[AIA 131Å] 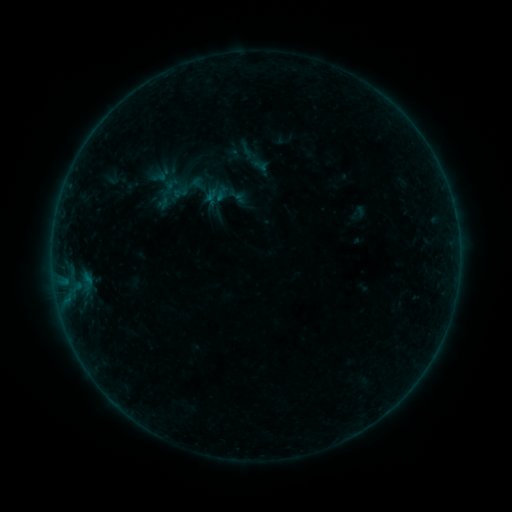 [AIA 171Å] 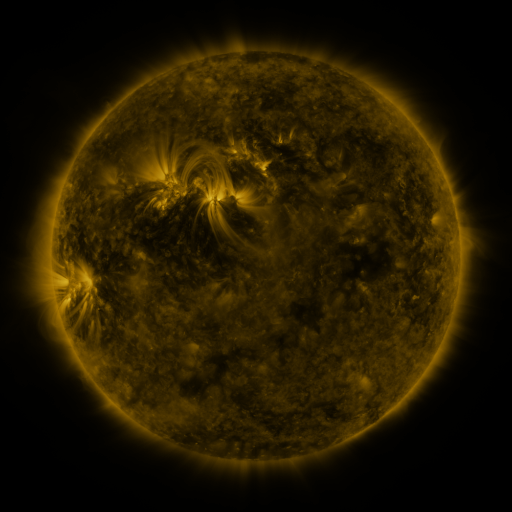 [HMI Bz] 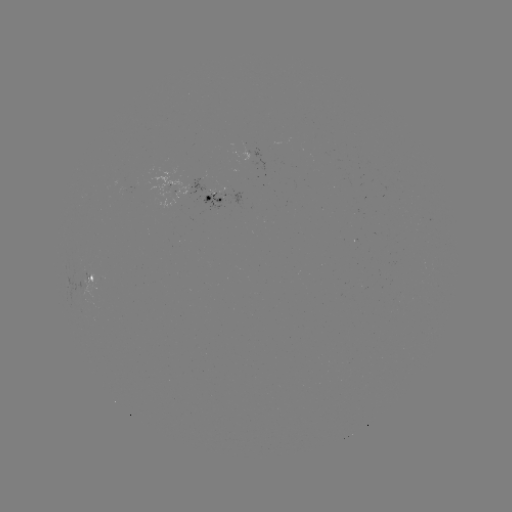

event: sigmoid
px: (180, 192)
